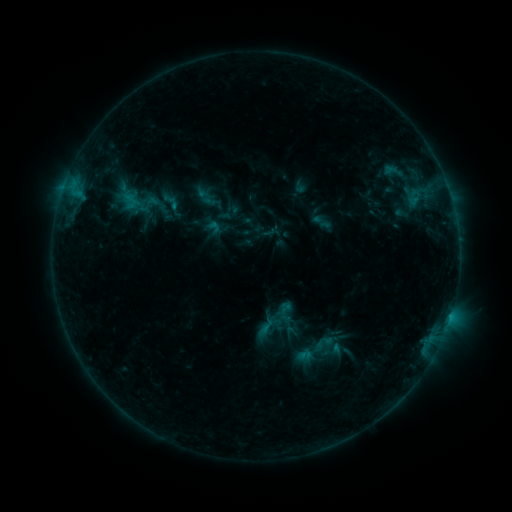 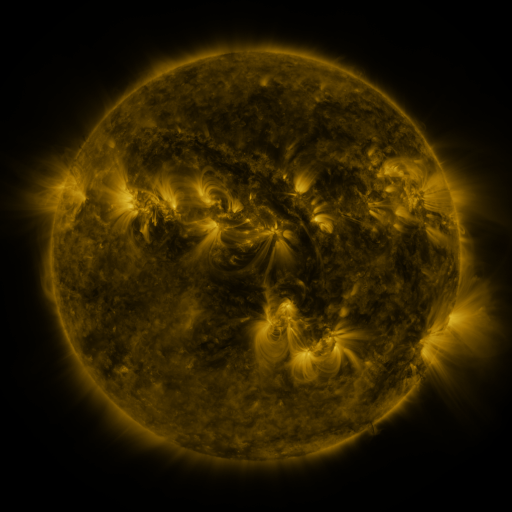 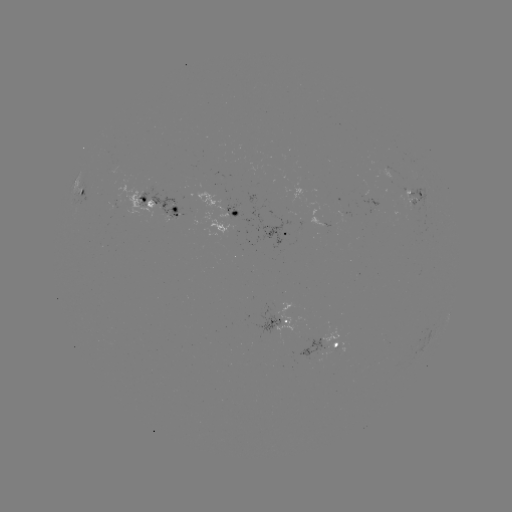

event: sigmoid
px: (170, 201)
